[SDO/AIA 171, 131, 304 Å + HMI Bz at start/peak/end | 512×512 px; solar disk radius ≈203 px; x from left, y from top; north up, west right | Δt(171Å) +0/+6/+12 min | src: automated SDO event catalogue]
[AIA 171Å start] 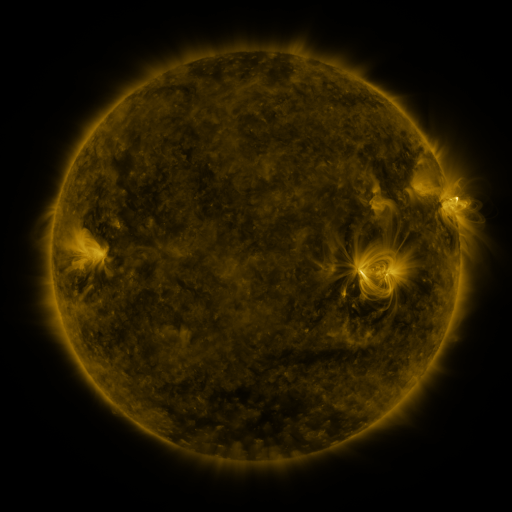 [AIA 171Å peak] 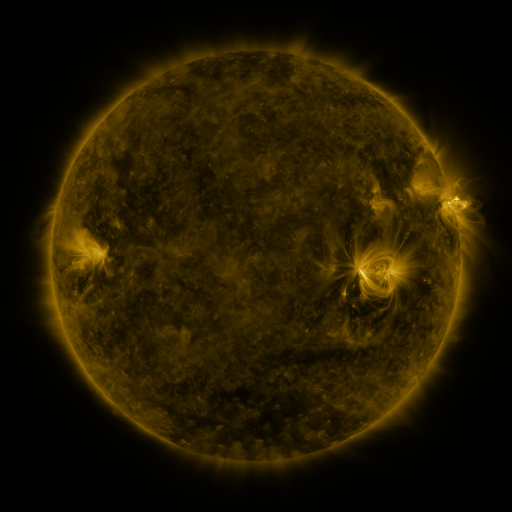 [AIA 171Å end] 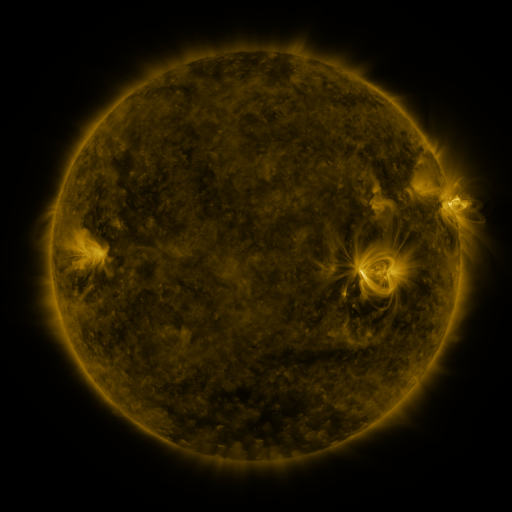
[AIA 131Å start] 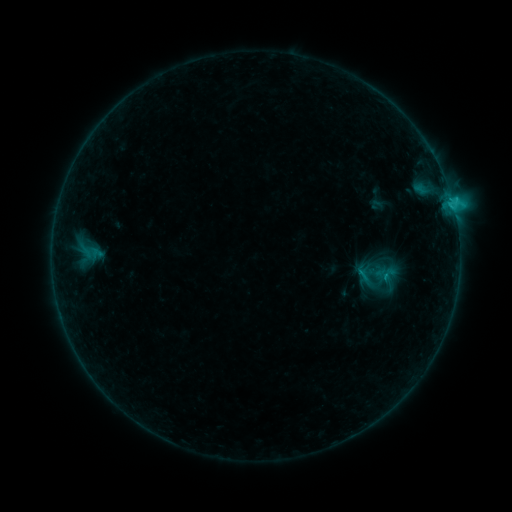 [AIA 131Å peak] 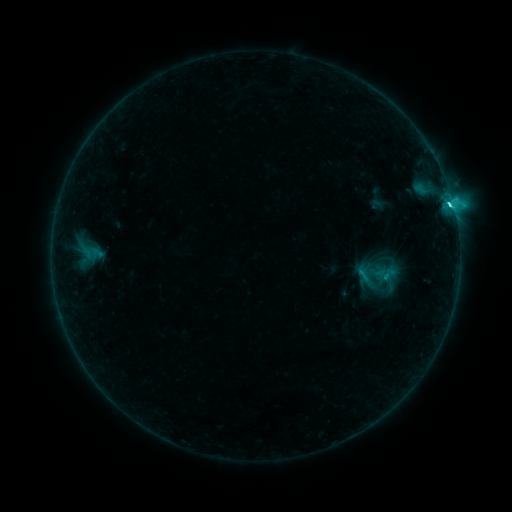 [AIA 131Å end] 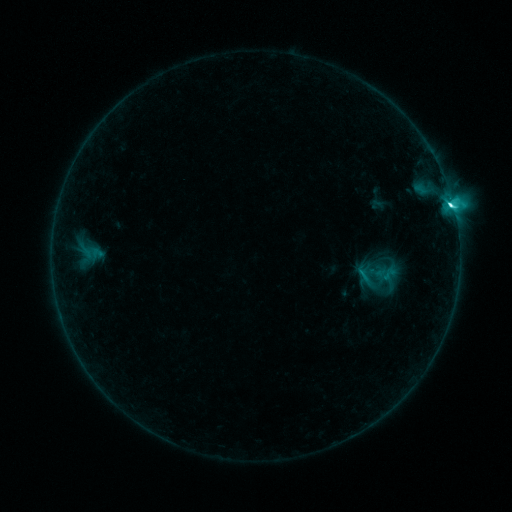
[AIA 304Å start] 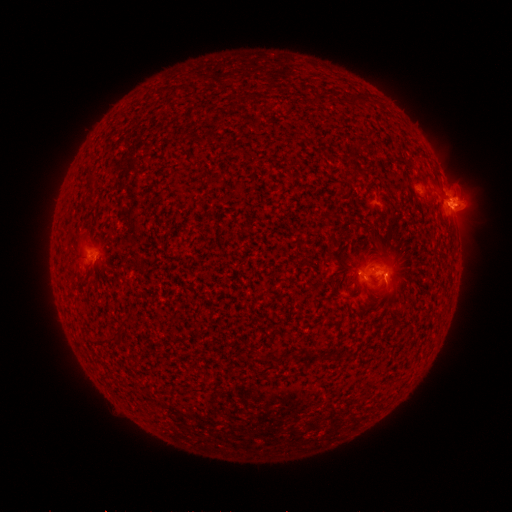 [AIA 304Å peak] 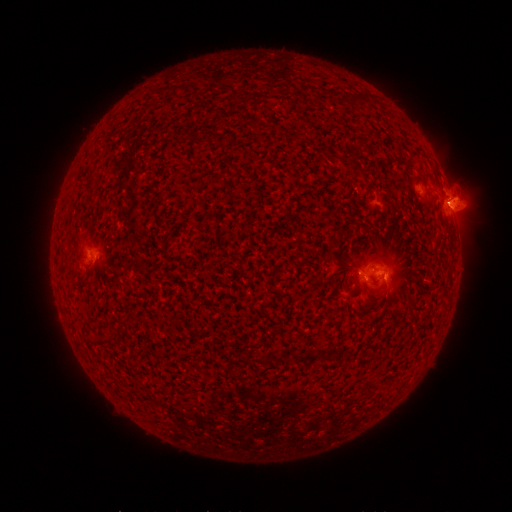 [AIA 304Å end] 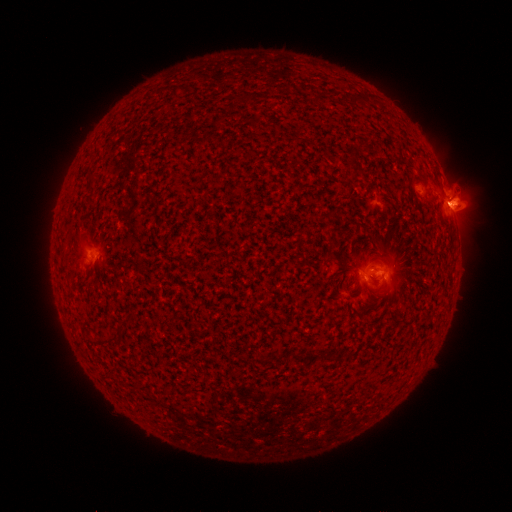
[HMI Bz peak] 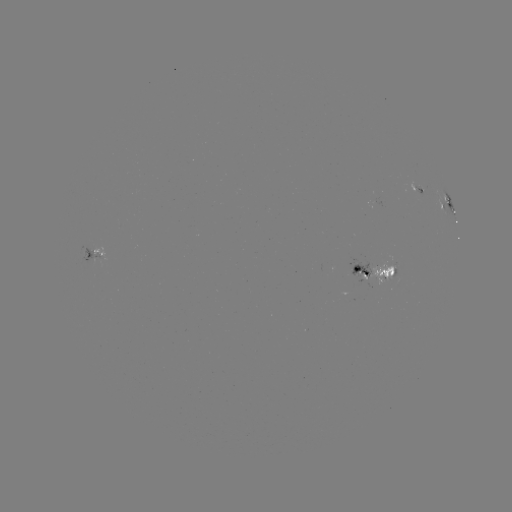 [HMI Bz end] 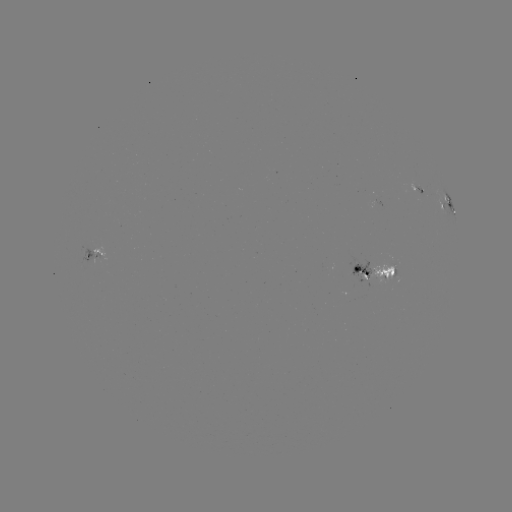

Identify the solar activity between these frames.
C5.0 flare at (449, 205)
